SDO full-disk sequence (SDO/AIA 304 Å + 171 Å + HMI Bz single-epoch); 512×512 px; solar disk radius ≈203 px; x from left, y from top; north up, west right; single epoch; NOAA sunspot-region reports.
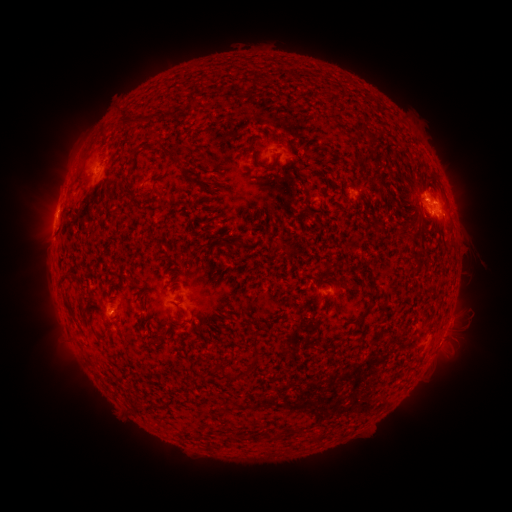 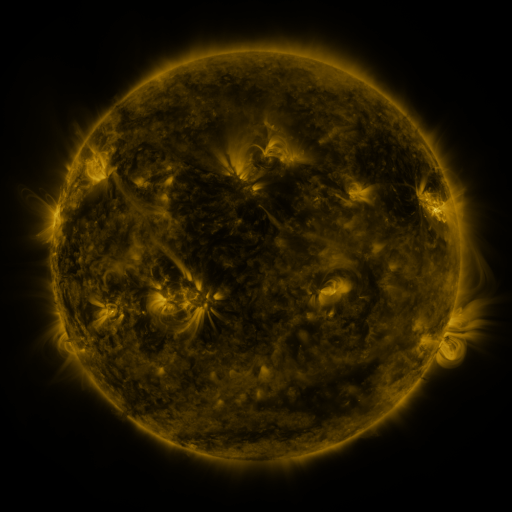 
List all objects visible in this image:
spotted active region: (291, 155)
spotted active region: (112, 179)
spotted active region: (432, 202)
spotted active region: (330, 289)
spotted active region: (115, 311)
